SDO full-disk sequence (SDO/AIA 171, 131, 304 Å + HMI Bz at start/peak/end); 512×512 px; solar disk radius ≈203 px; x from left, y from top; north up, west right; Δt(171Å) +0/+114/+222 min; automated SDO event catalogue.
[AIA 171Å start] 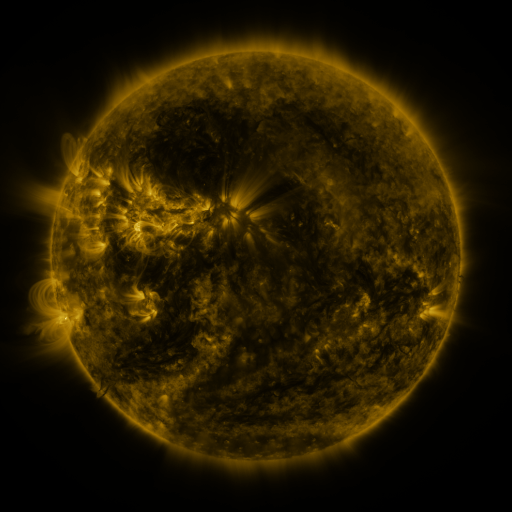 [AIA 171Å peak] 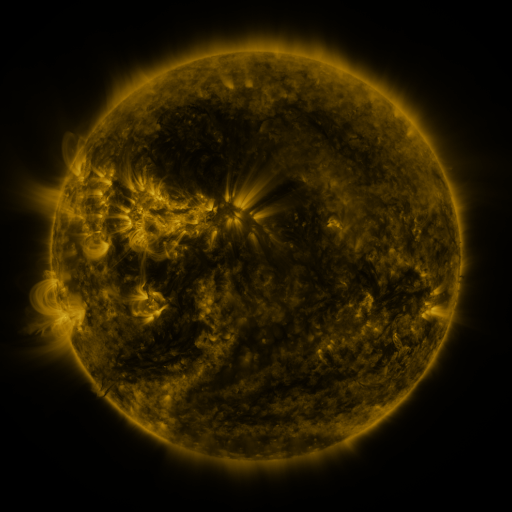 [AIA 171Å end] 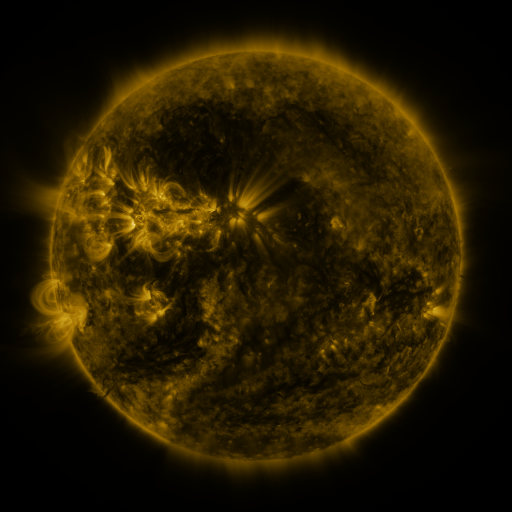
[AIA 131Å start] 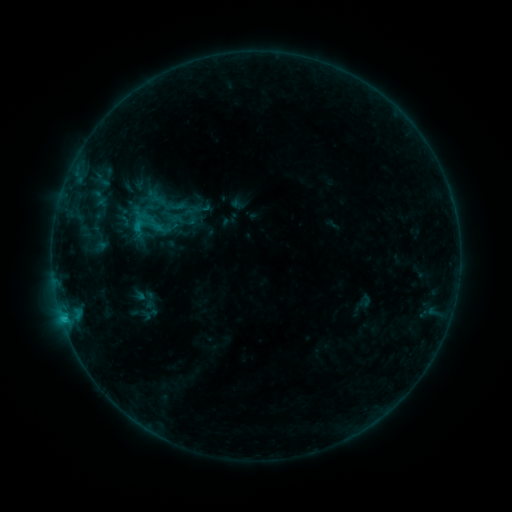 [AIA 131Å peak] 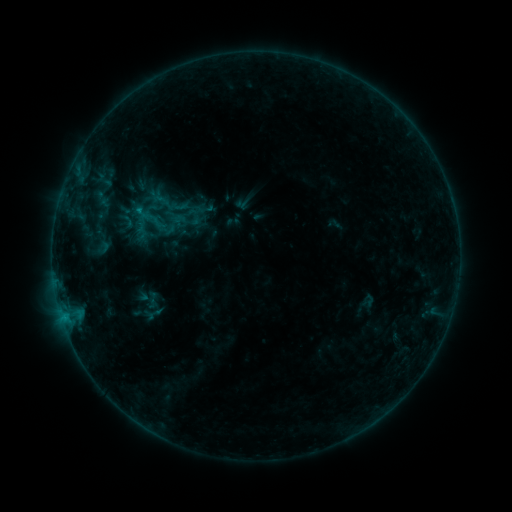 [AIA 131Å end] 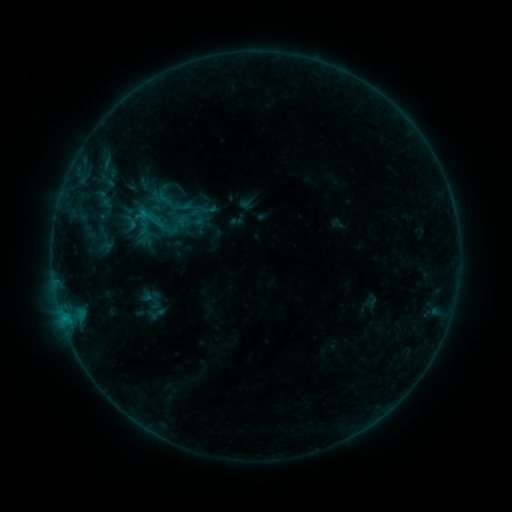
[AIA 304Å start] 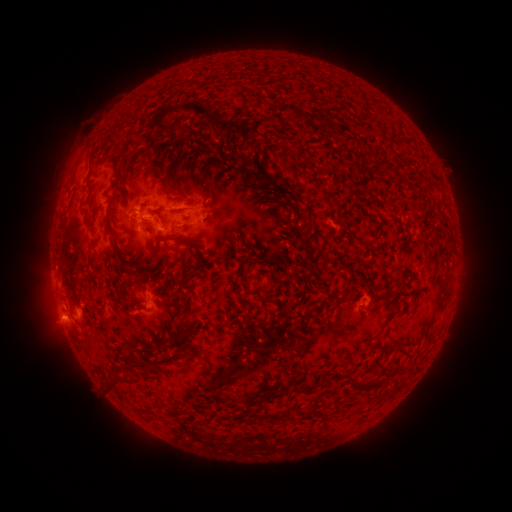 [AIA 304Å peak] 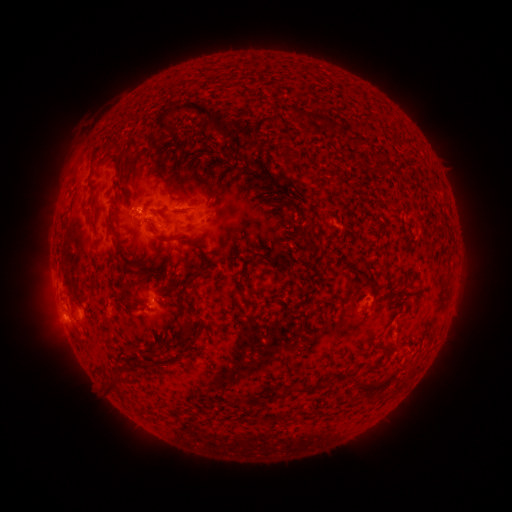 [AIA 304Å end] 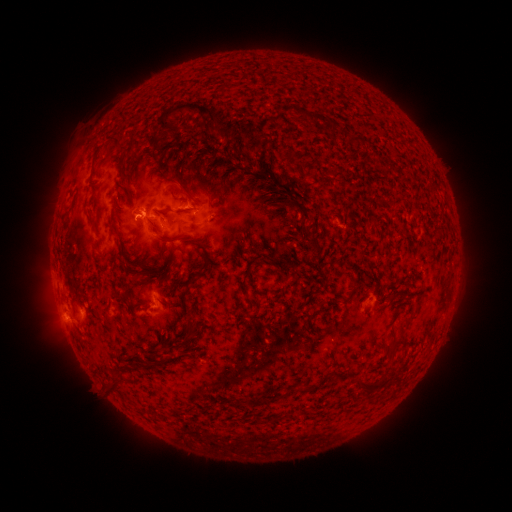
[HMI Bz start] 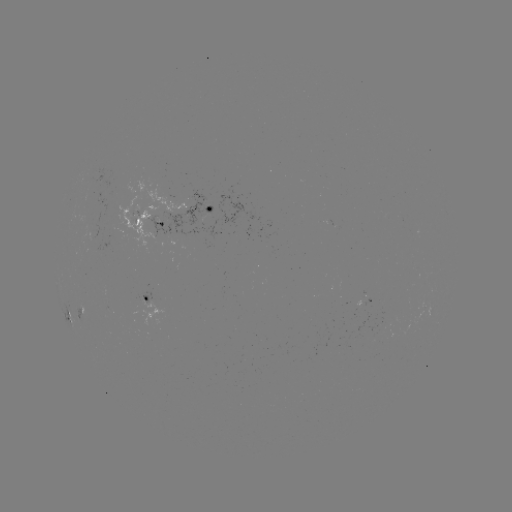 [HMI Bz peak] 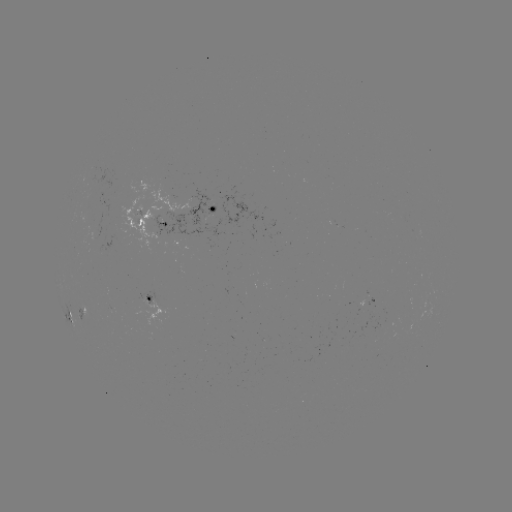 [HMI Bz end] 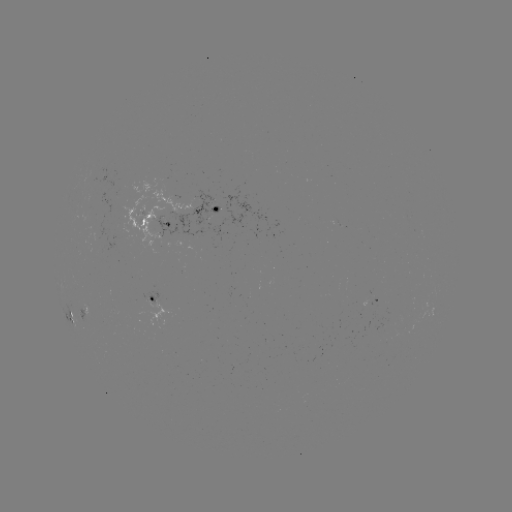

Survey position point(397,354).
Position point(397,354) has filament eruption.